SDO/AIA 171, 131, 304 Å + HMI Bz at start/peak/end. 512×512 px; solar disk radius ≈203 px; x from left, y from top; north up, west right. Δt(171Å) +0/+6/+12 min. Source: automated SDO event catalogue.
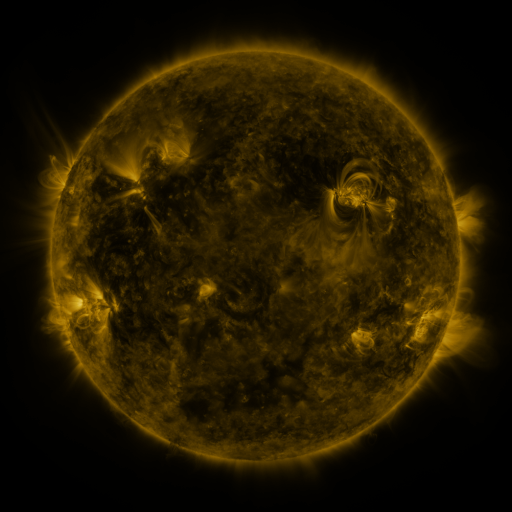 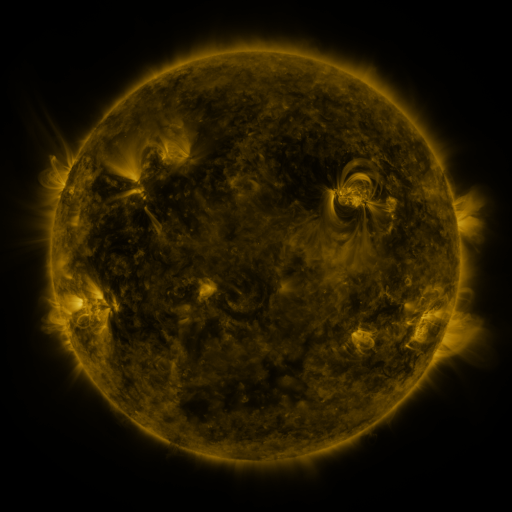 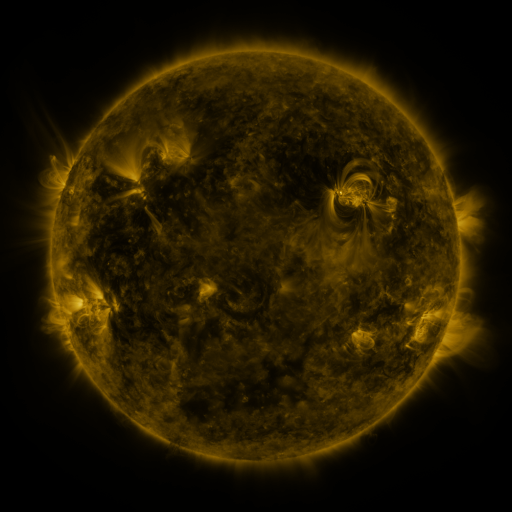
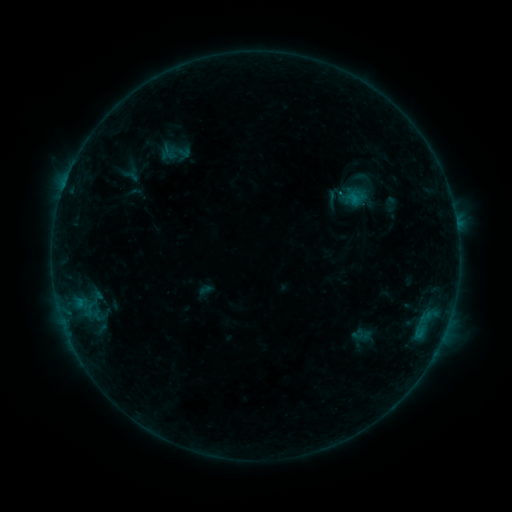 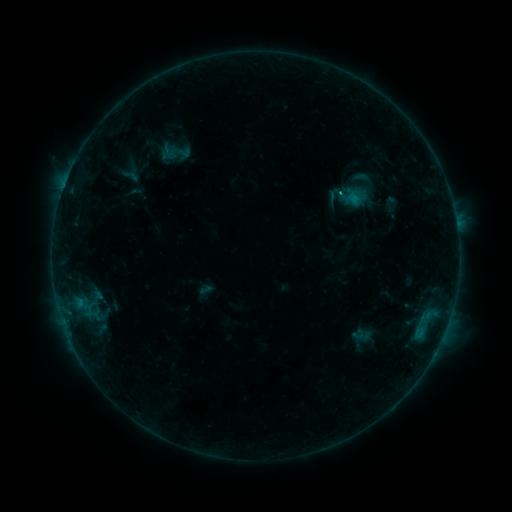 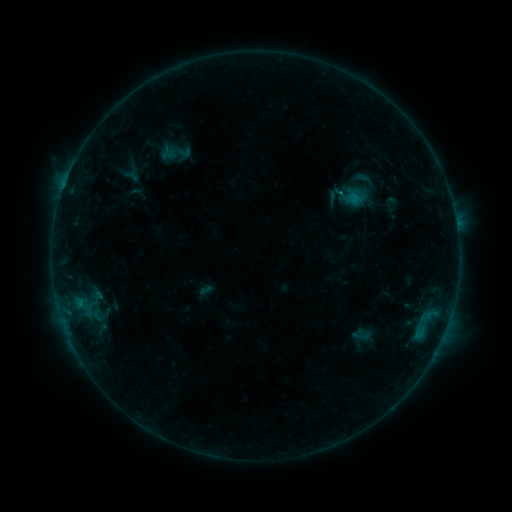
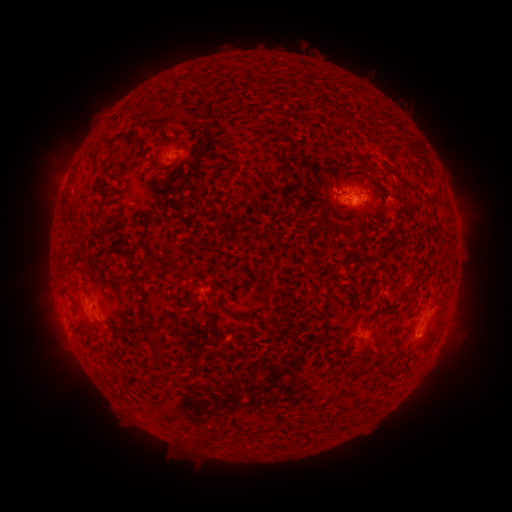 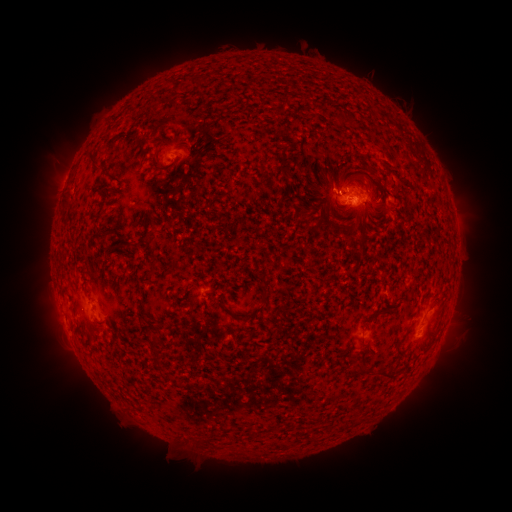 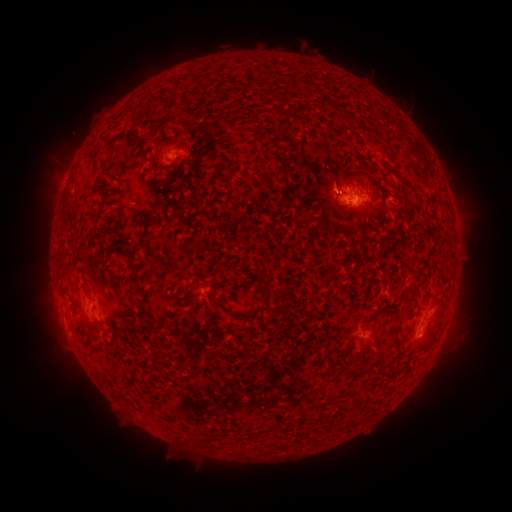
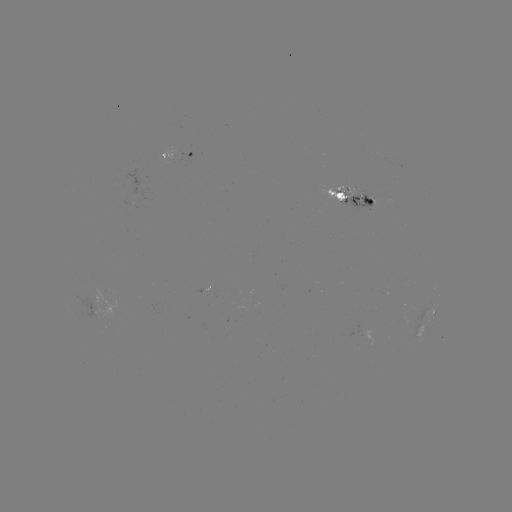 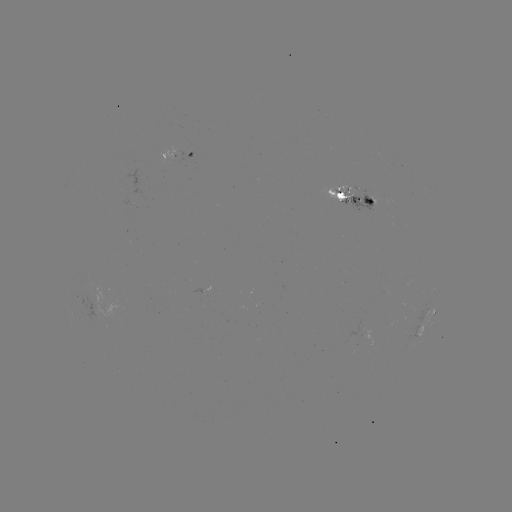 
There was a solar flare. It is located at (339, 194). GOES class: B6.9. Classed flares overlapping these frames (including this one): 1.